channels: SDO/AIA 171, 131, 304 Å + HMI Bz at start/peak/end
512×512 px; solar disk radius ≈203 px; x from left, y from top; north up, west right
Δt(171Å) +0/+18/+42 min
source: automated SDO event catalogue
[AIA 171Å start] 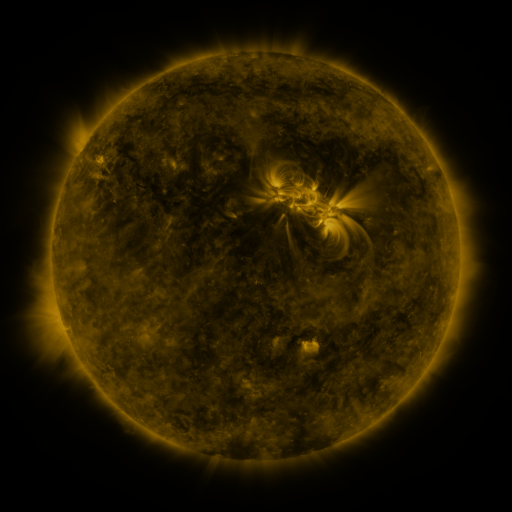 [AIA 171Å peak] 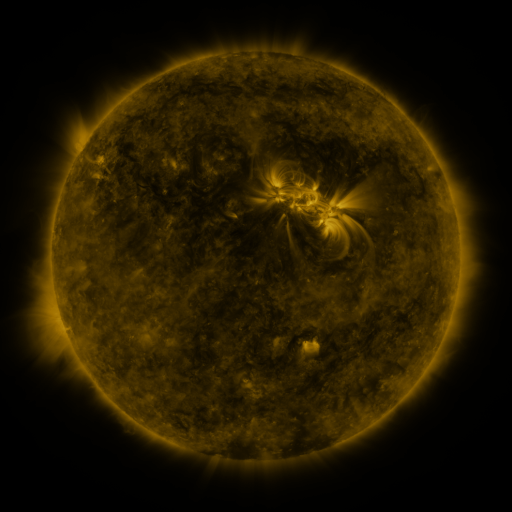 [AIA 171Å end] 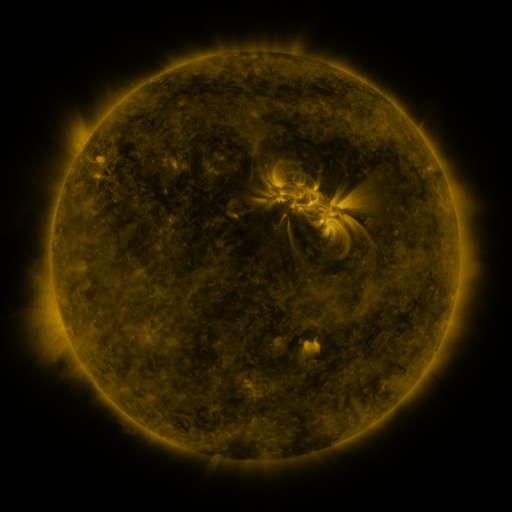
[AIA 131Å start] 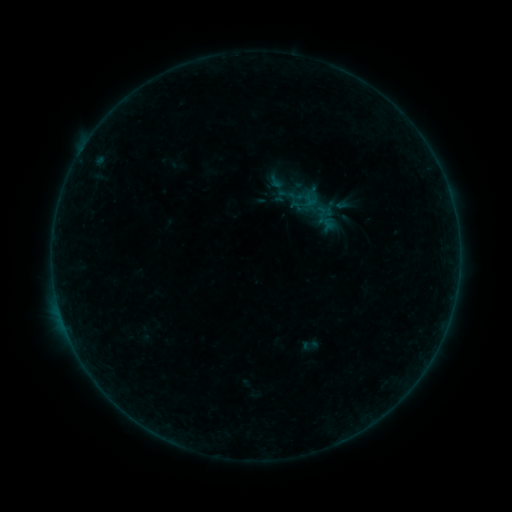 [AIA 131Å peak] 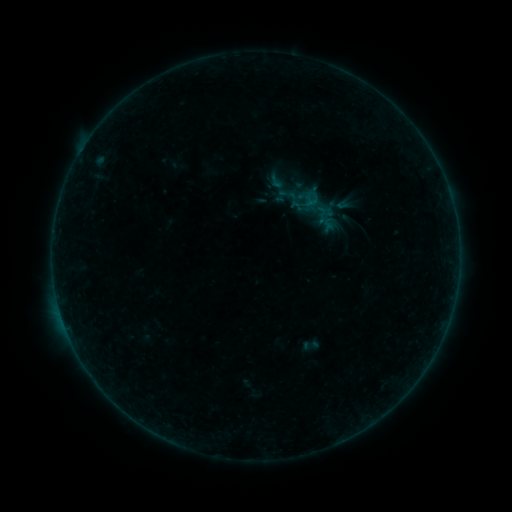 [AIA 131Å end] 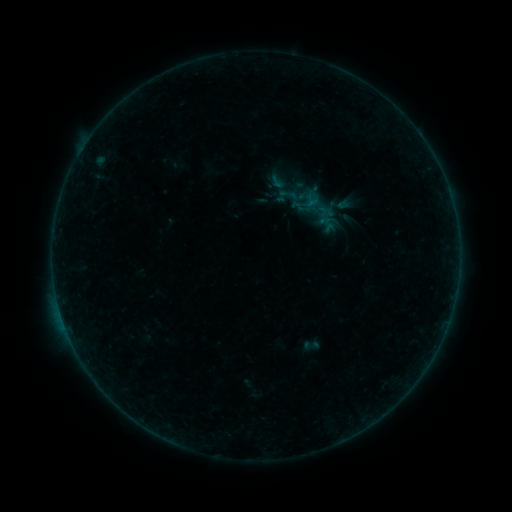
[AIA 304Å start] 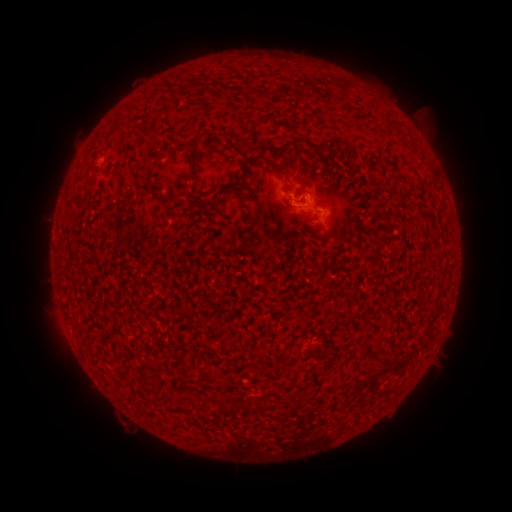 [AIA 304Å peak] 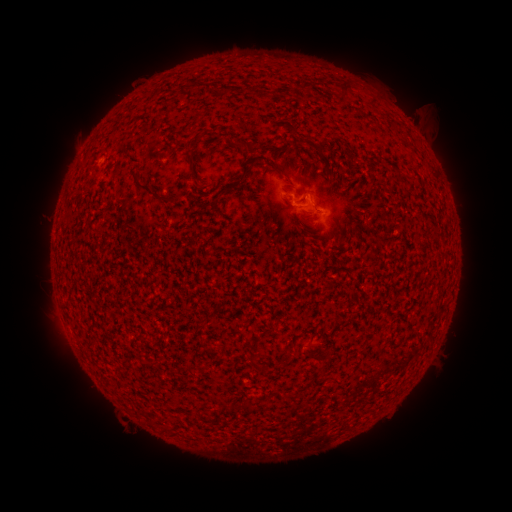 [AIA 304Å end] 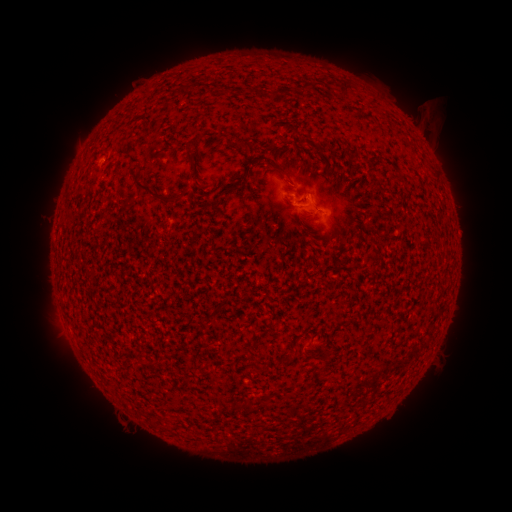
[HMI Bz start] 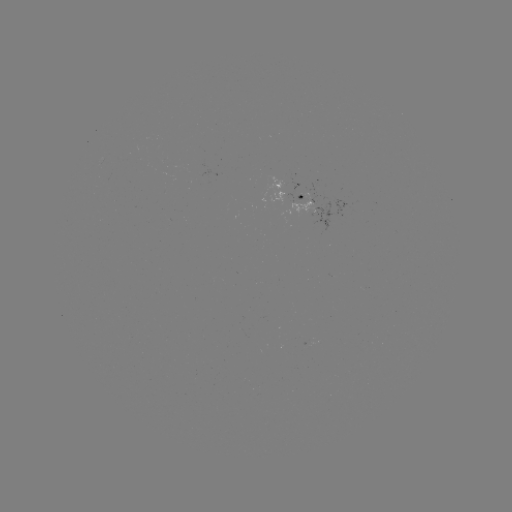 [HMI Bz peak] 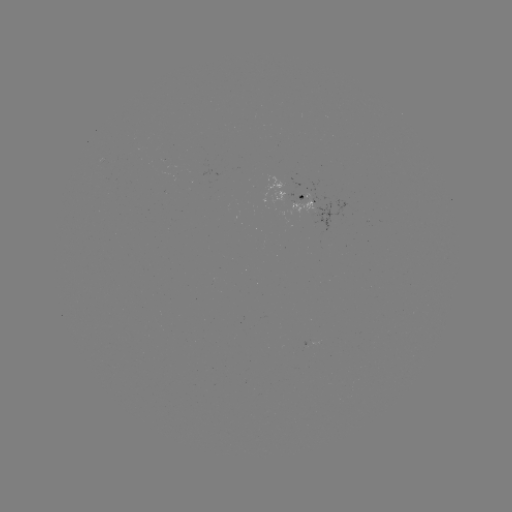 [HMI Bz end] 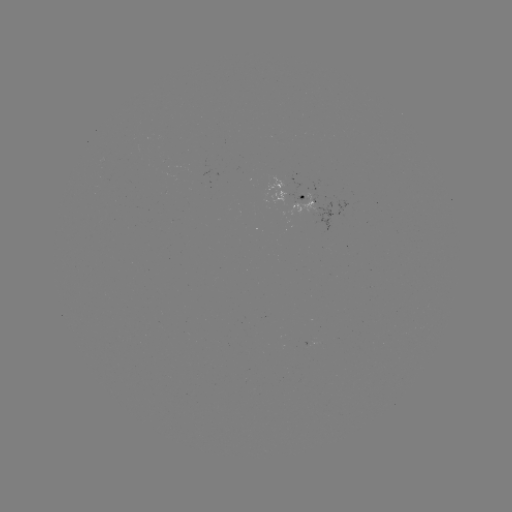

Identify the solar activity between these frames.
no flare in any classed list; no EUV-trigger detection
